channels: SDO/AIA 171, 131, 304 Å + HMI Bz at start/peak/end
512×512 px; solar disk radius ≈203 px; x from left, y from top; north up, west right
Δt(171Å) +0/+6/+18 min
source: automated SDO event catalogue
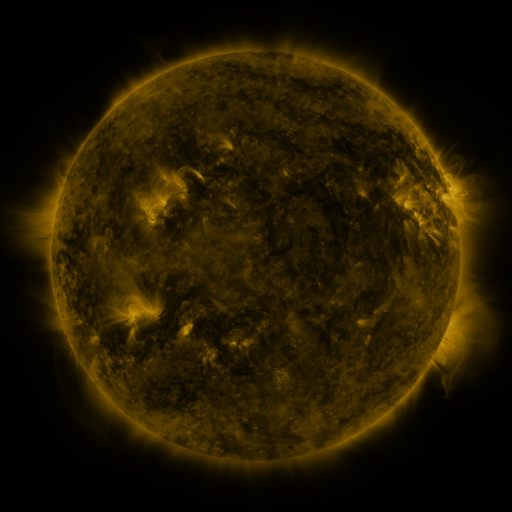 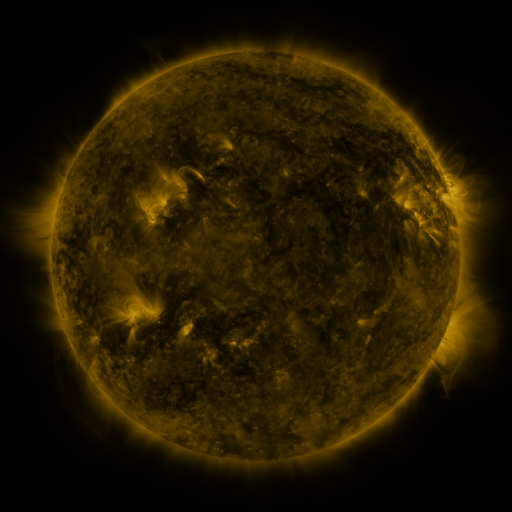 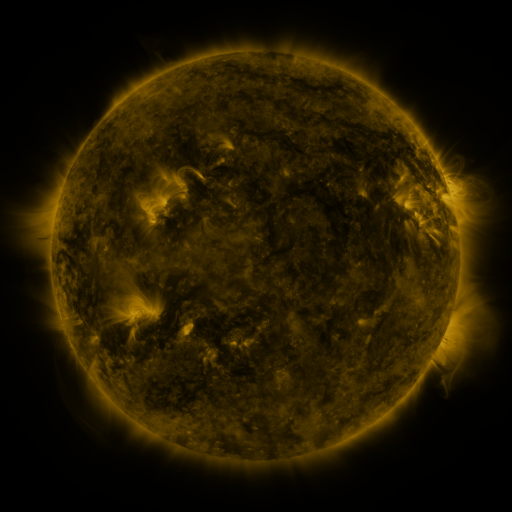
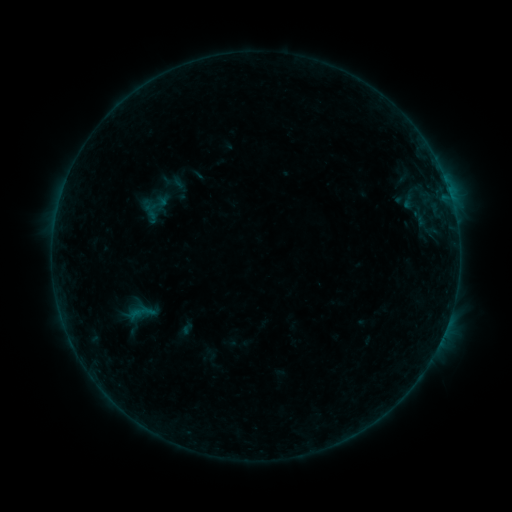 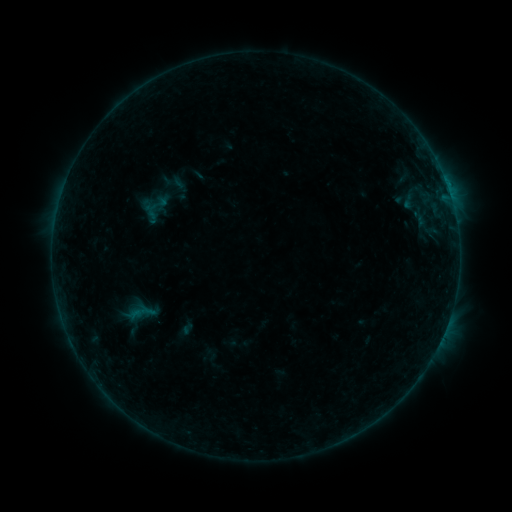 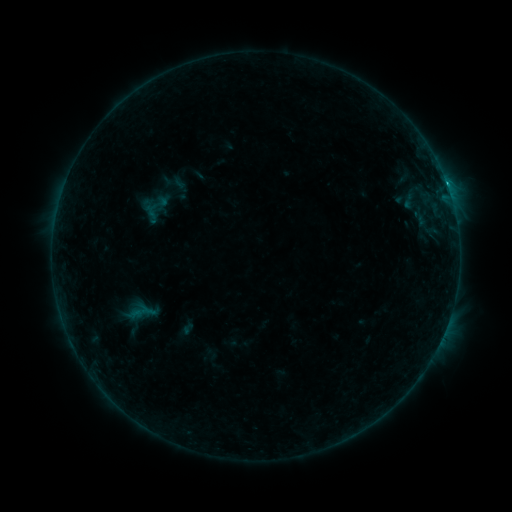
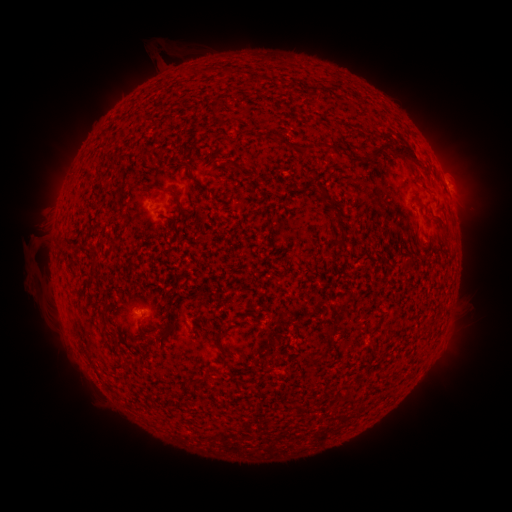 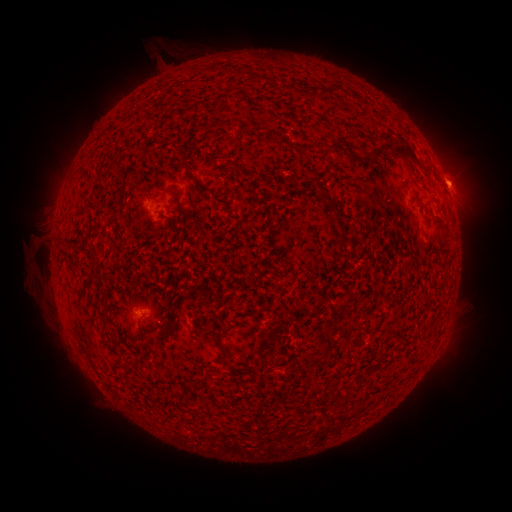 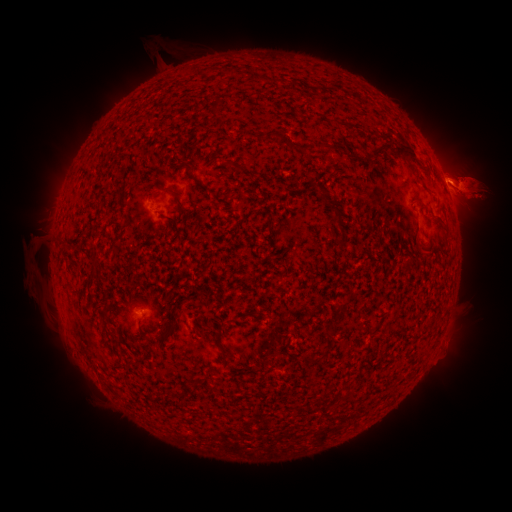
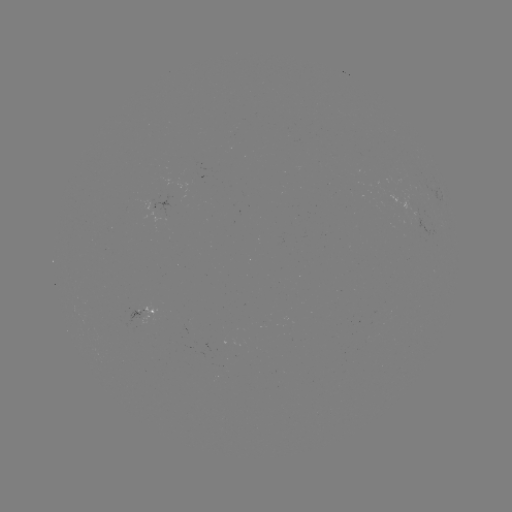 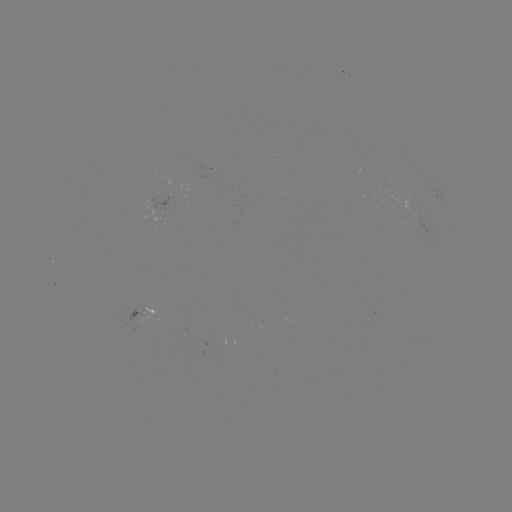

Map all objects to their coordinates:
B4.0 flare: (448, 189)
